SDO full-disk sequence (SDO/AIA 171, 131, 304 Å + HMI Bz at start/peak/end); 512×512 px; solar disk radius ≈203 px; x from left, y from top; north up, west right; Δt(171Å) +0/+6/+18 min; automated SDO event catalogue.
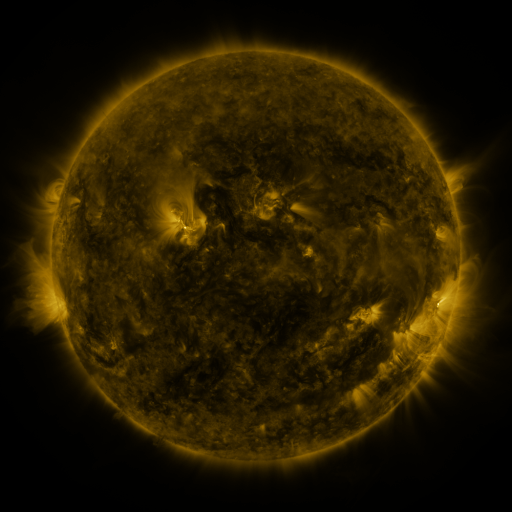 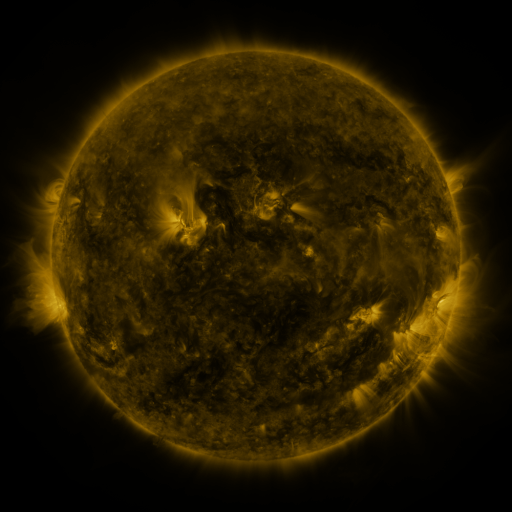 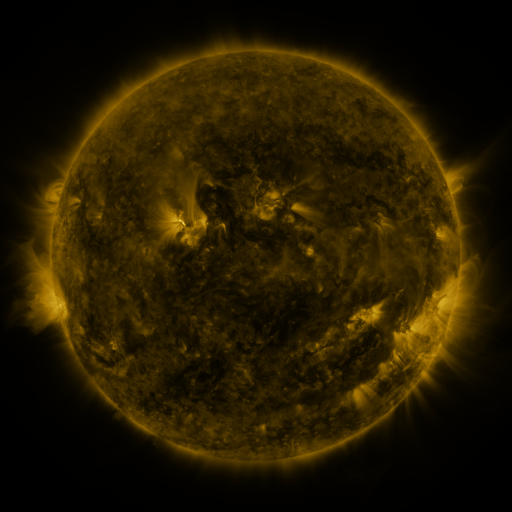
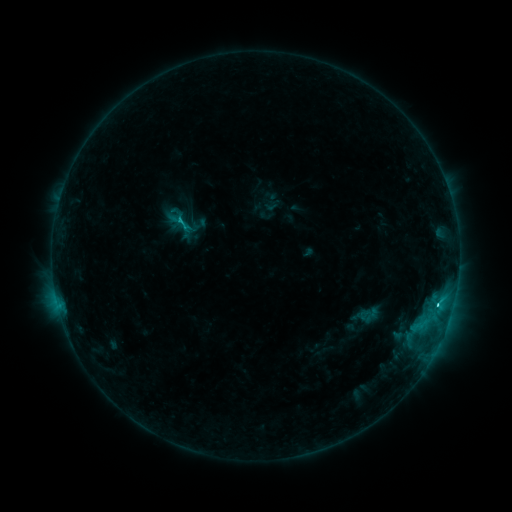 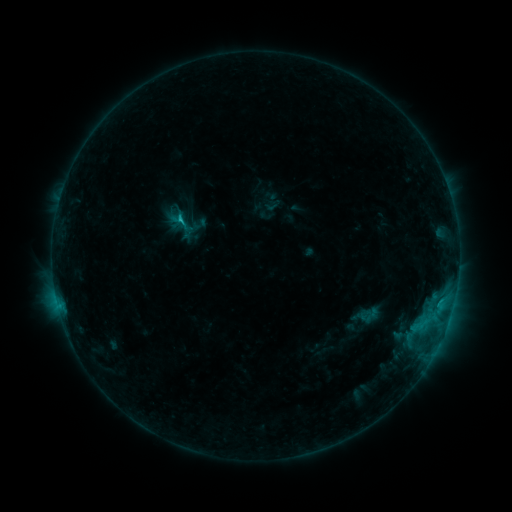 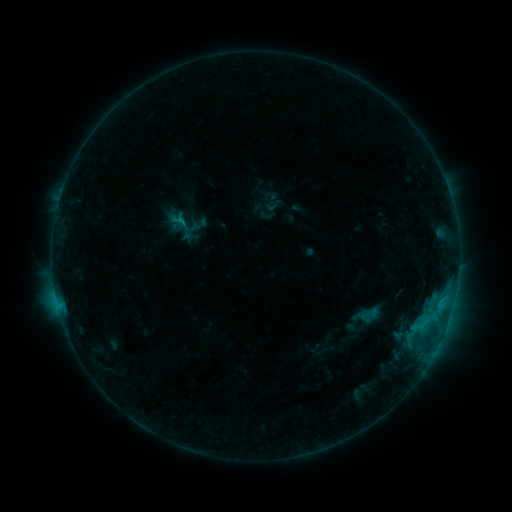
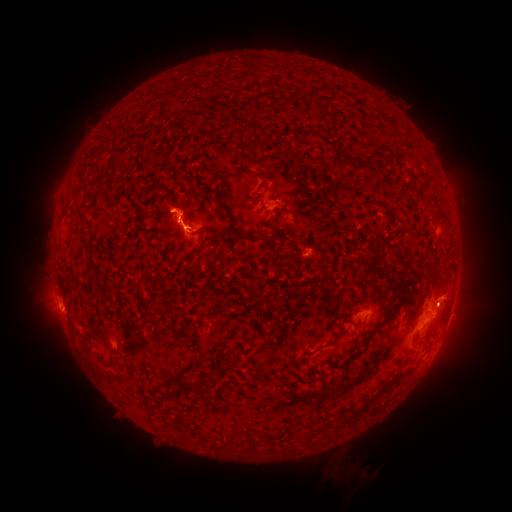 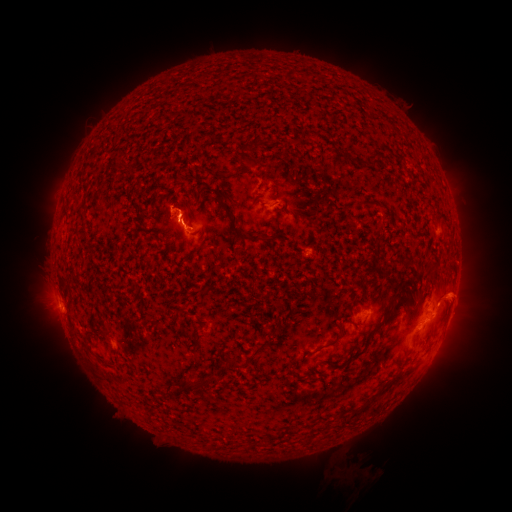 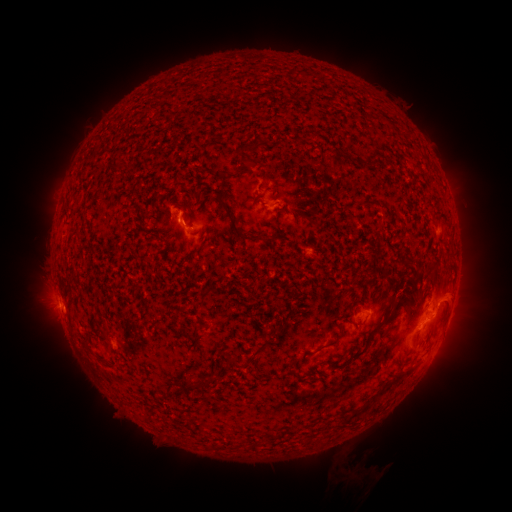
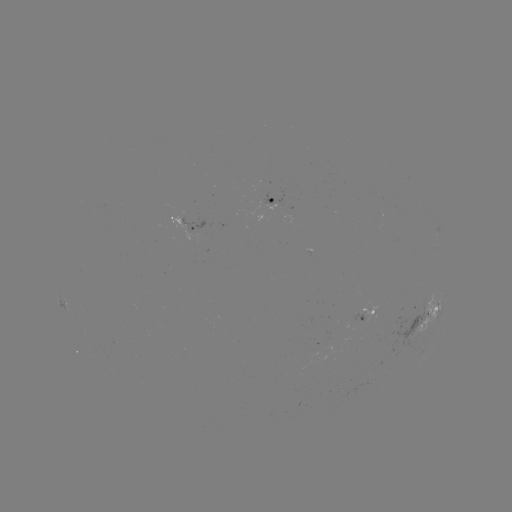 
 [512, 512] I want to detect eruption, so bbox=[425, 267, 493, 345].